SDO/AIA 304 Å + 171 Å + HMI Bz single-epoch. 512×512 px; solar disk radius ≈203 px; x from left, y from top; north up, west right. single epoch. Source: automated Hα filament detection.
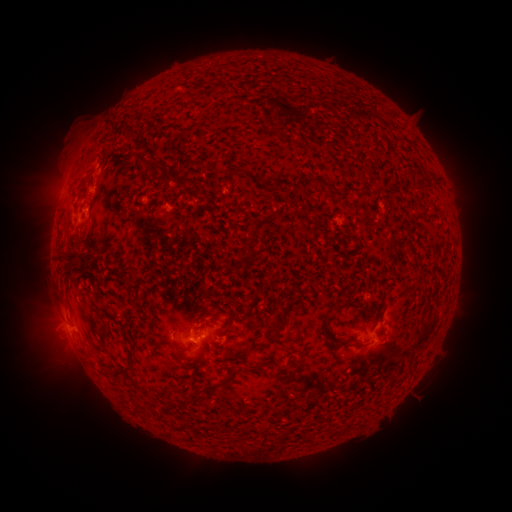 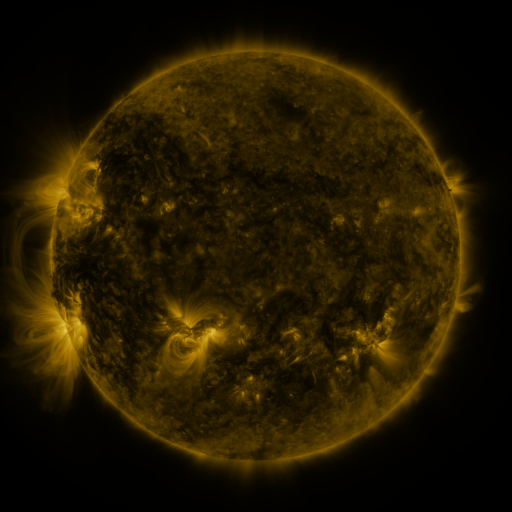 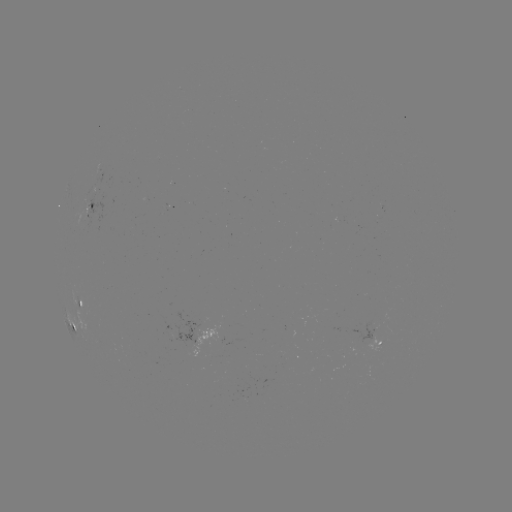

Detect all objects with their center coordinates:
filament: <bbox>121, 131, 136, 141</bbox>
filament: <bbox>371, 147, 381, 155</bbox>
filament: <bbox>353, 149, 363, 158</bbox>
filament: <bbox>341, 162, 350, 171</bbox>
filament: <bbox>226, 169, 233, 177</bbox>
filament: <bbox>300, 176, 335, 192</bbox>
filament: <bbox>179, 179, 190, 191</bbox>
filament: <bbox>272, 180, 281, 191</bbox>
filament: <bbox>244, 232, 256, 262</bbox>
filament: <bbox>57, 254, 82, 269</bbox>
filament: <bbox>320, 314, 335, 346</bbox>
filament: <bbox>270, 319, 285, 339</bbox>
filament: <bbox>102, 344, 137, 379</bbox>
filament: <bbox>85, 353, 95, 362</bbox>
filament: <bbox>248, 362, 269, 369</bbox>
filament: <bbox>189, 367, 238, 404</bbox>
